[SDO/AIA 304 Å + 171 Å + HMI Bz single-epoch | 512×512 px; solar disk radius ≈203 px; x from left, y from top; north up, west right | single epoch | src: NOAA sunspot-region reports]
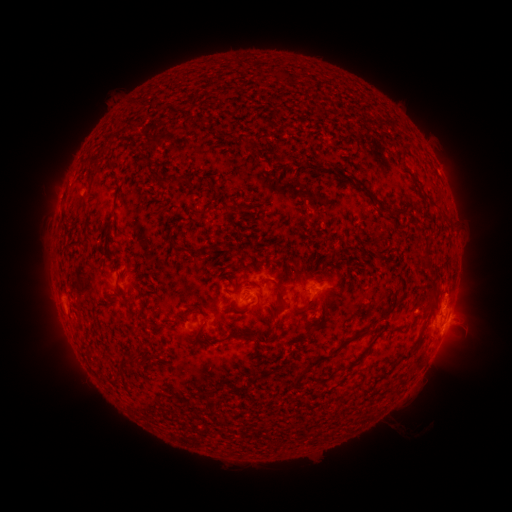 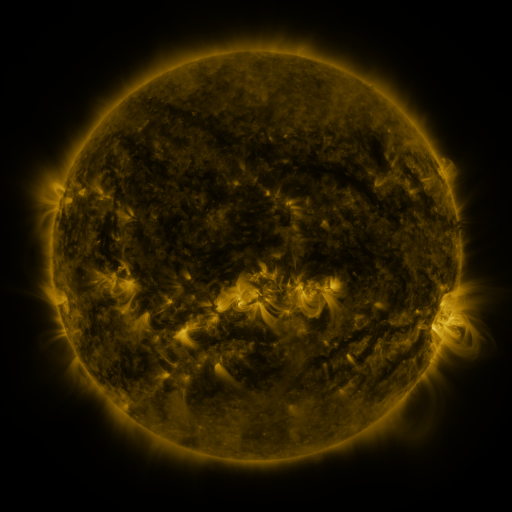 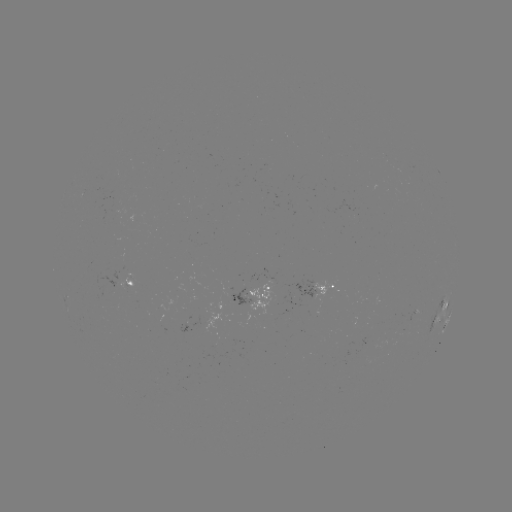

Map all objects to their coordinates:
spotted active region: (137, 280)
spotted active region: (259, 290)
spotted active region: (317, 290)
spotted active region: (443, 310)
spotted active region: (438, 320)
spotted active region: (447, 321)
